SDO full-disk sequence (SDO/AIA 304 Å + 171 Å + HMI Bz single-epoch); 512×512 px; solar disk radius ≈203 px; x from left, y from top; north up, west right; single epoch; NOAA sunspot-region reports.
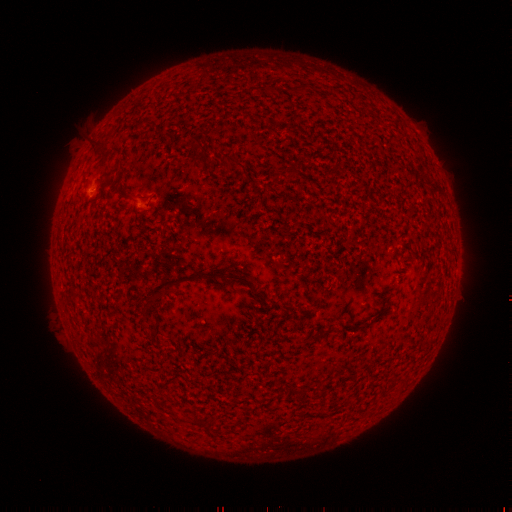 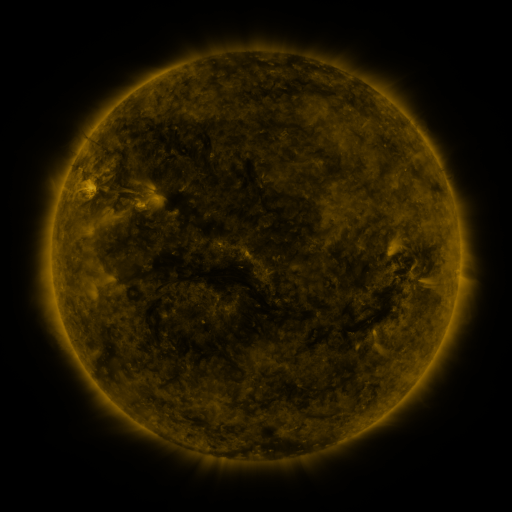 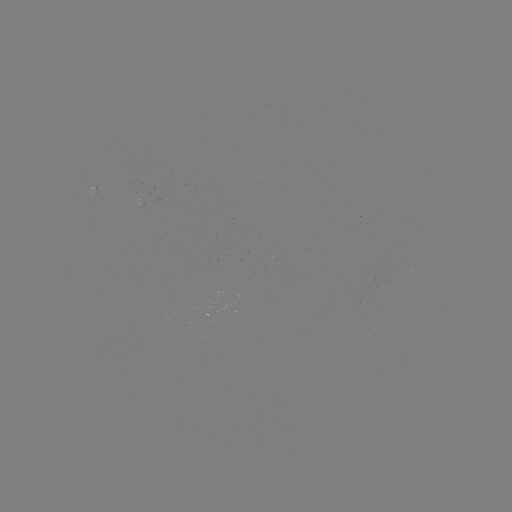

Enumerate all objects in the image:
(none)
